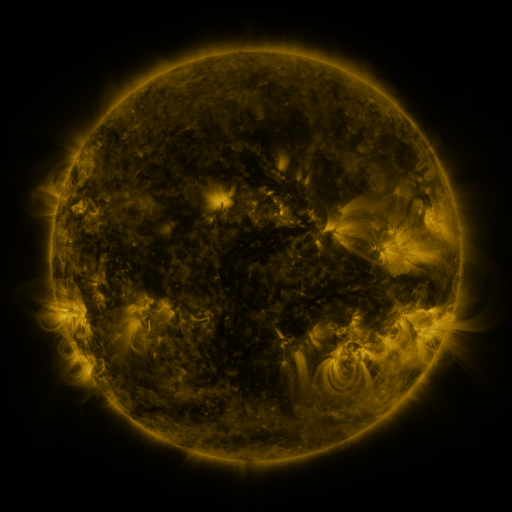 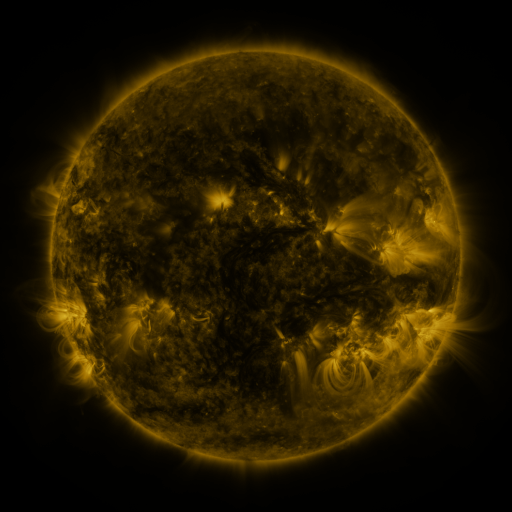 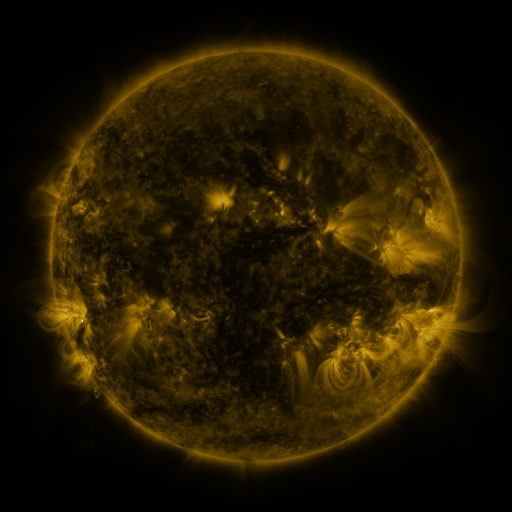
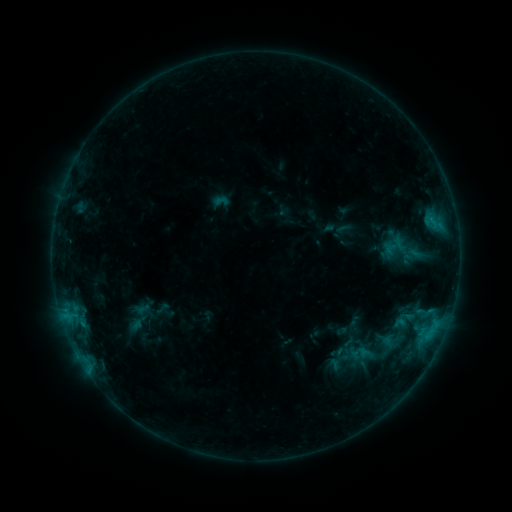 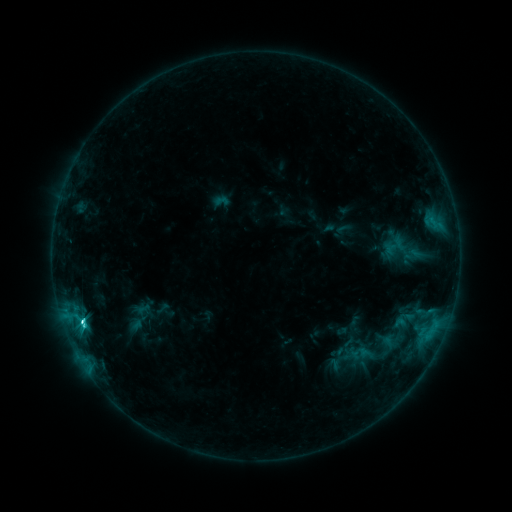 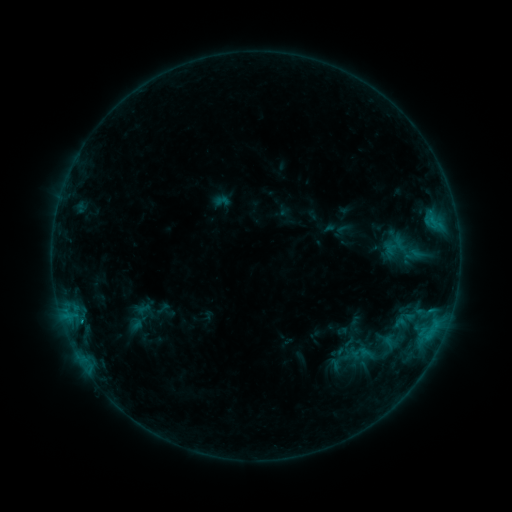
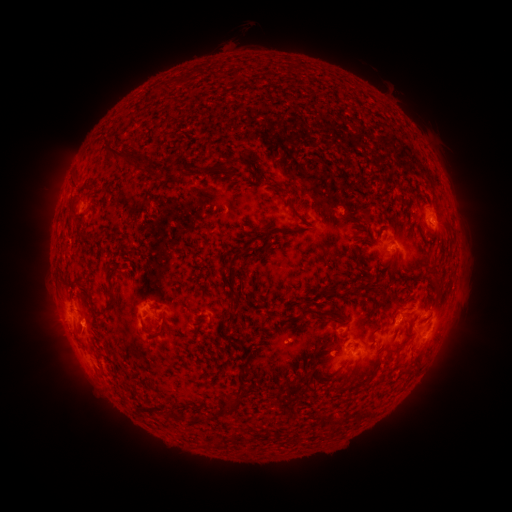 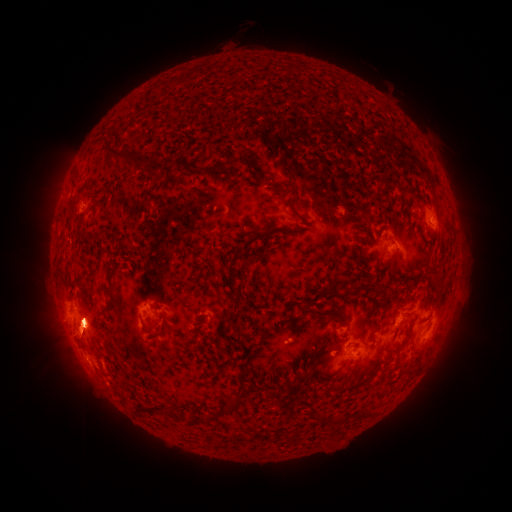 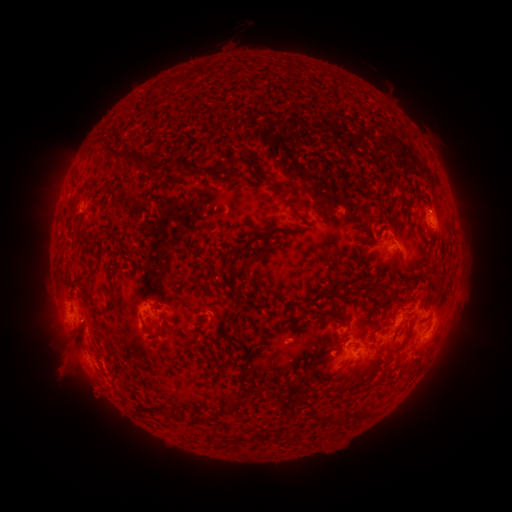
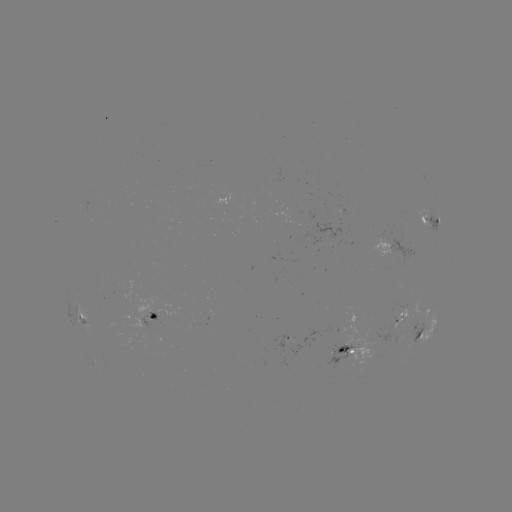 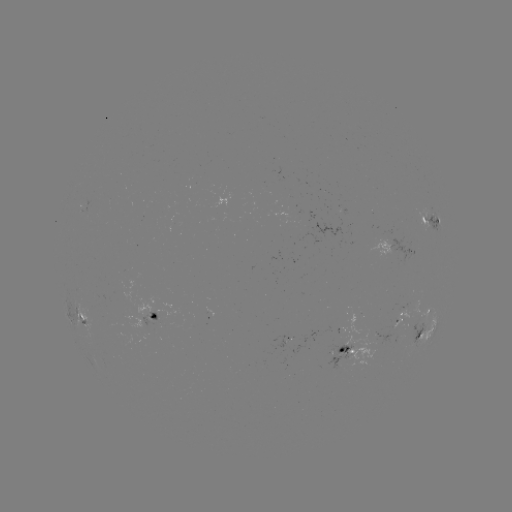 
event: flare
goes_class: M2.9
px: (83, 322)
